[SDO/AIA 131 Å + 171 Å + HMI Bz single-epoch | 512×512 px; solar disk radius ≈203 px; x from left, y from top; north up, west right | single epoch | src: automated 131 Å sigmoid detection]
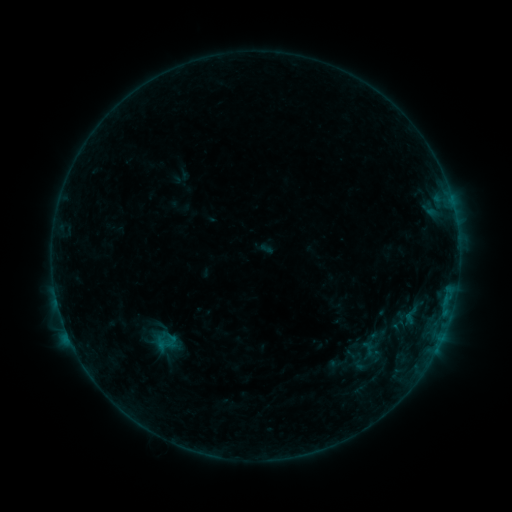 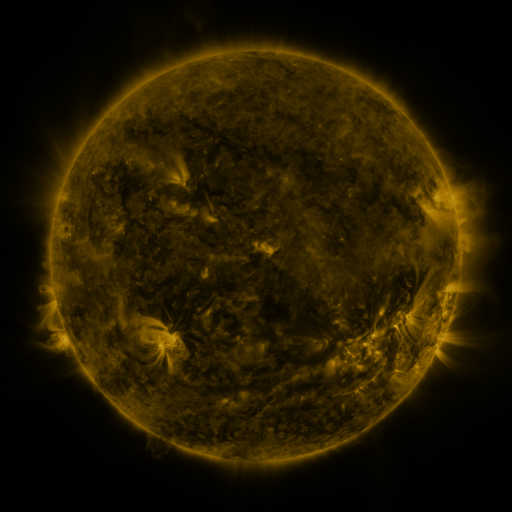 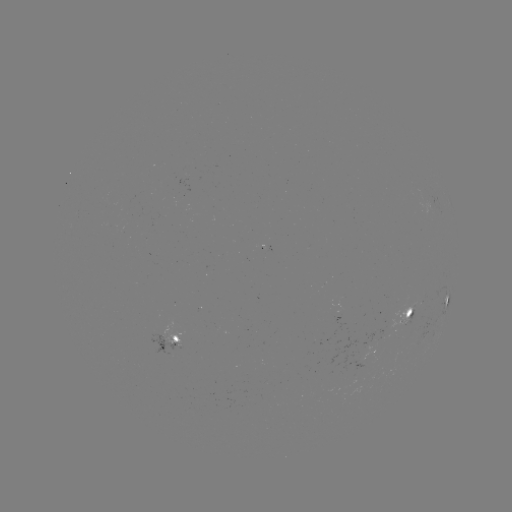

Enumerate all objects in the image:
sigmoid: [386, 310, 410, 333]
